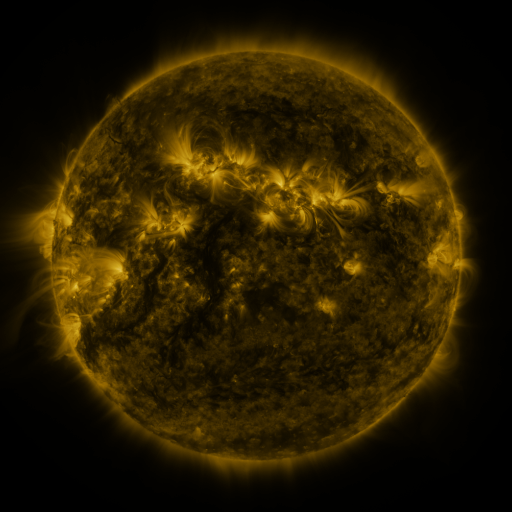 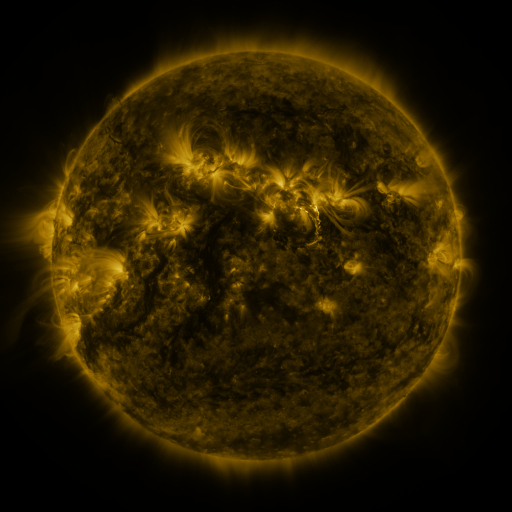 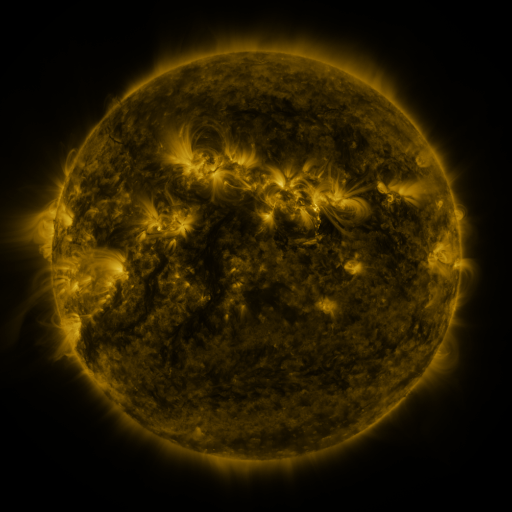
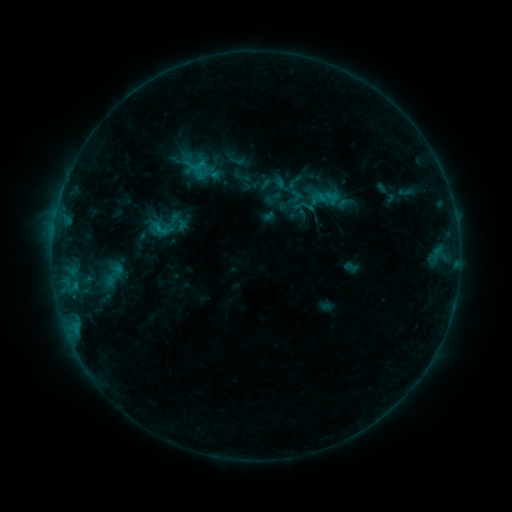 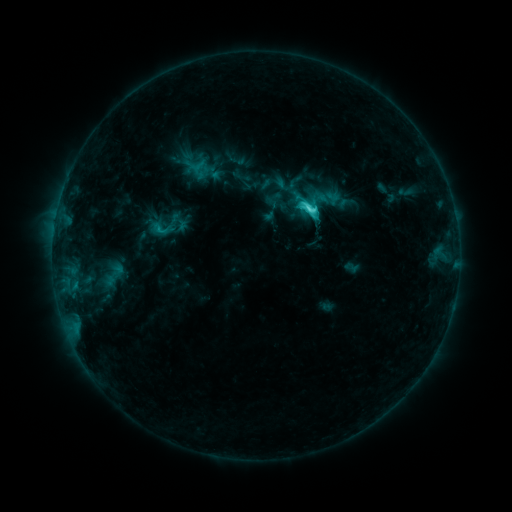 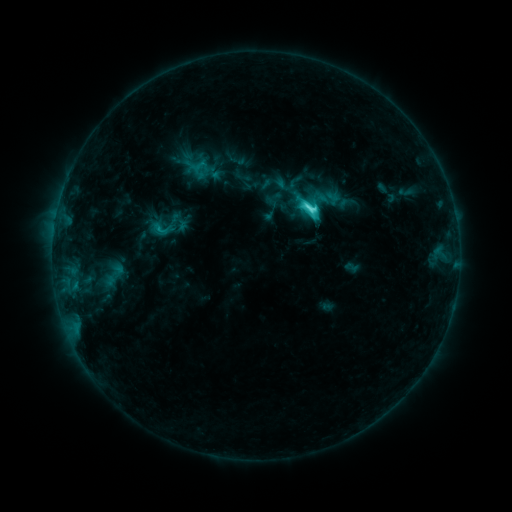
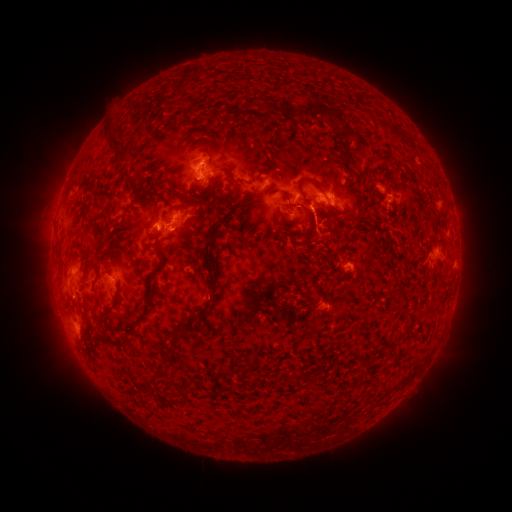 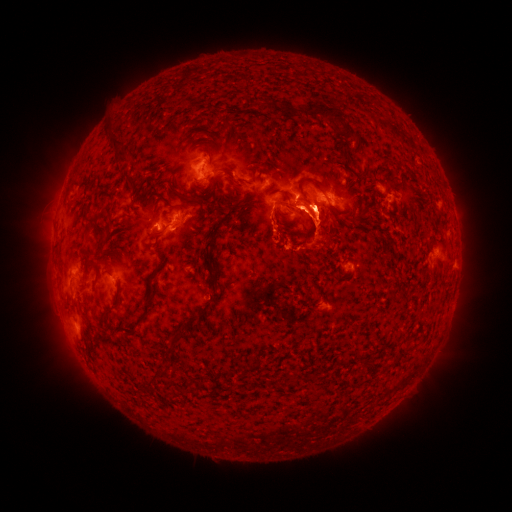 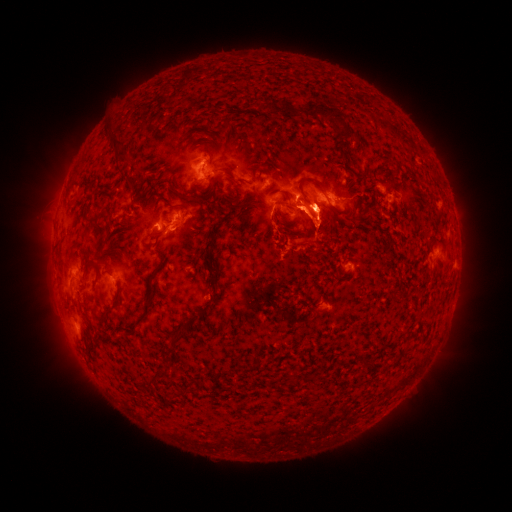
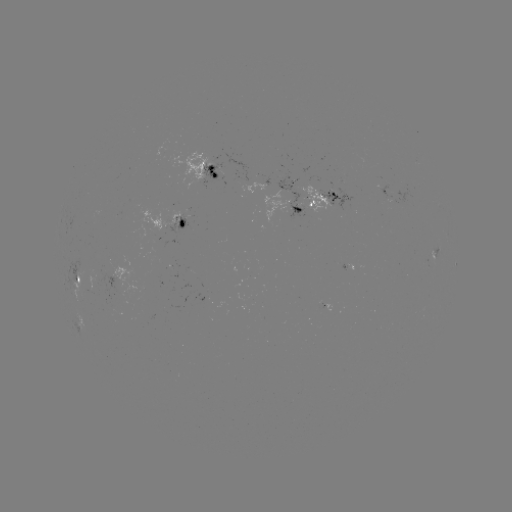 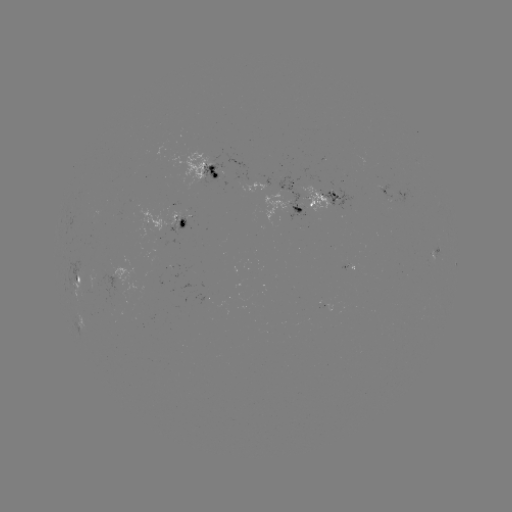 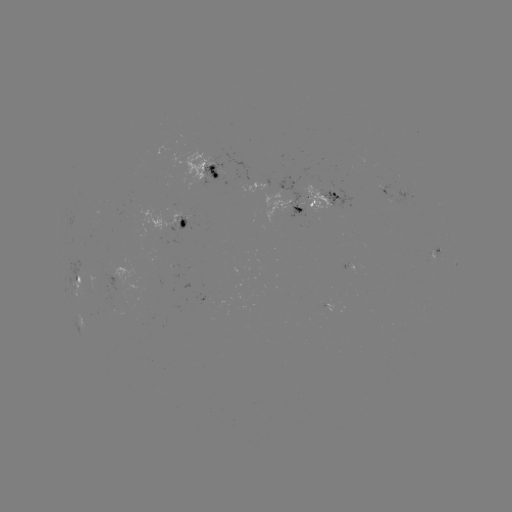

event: eruption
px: (316, 226)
